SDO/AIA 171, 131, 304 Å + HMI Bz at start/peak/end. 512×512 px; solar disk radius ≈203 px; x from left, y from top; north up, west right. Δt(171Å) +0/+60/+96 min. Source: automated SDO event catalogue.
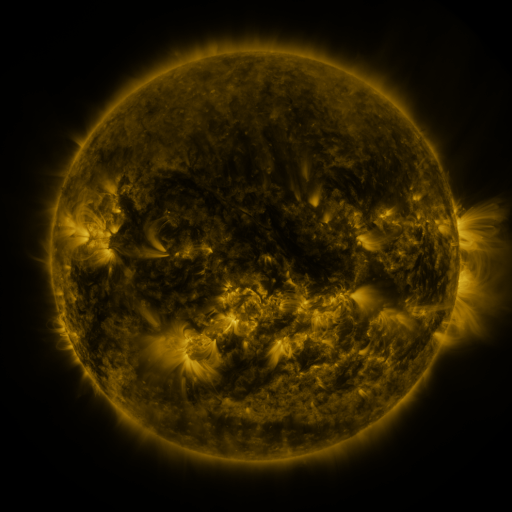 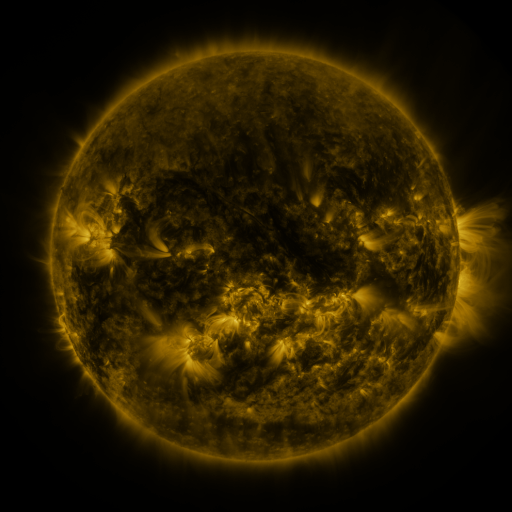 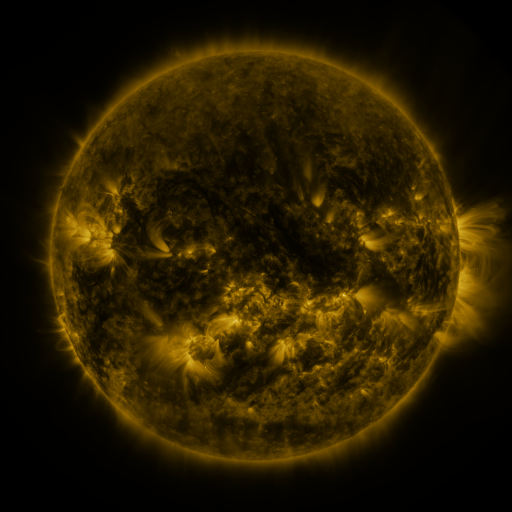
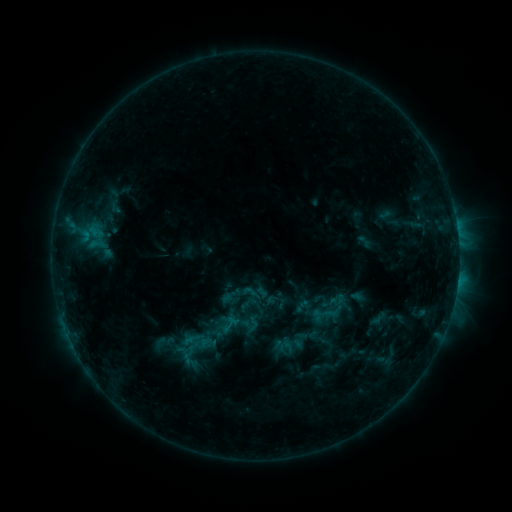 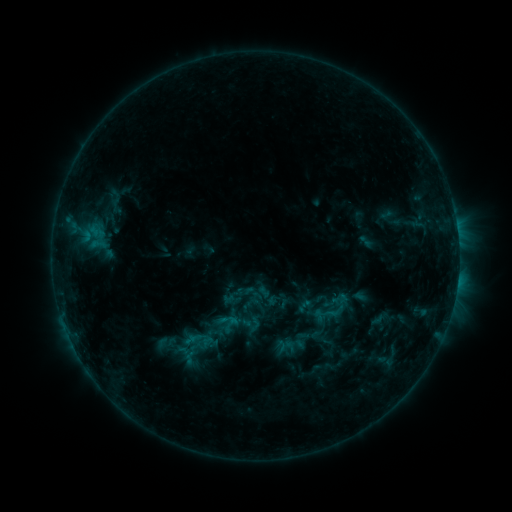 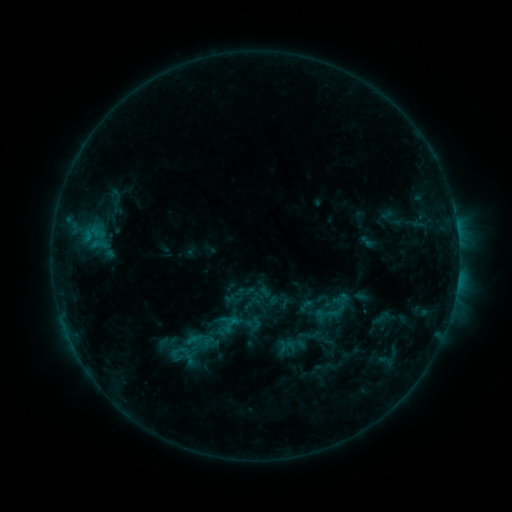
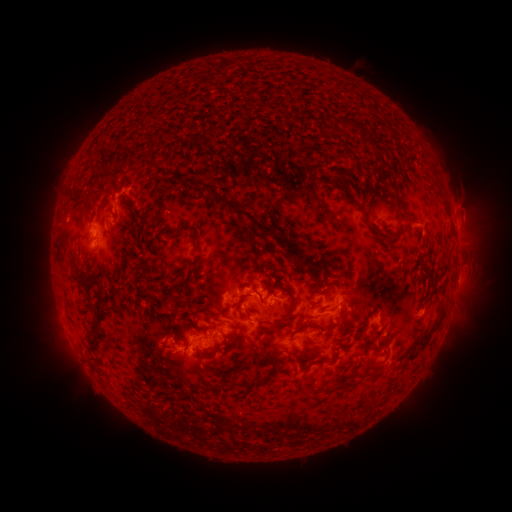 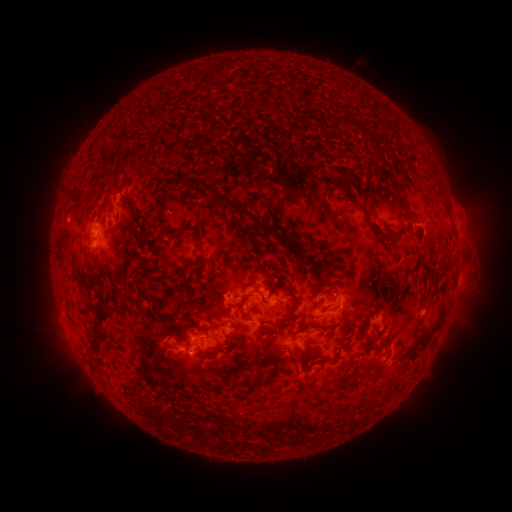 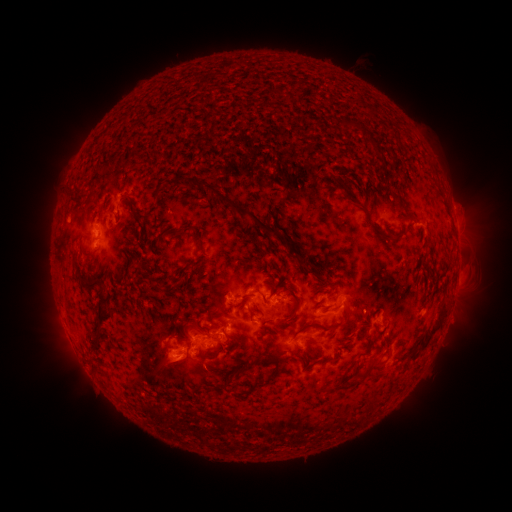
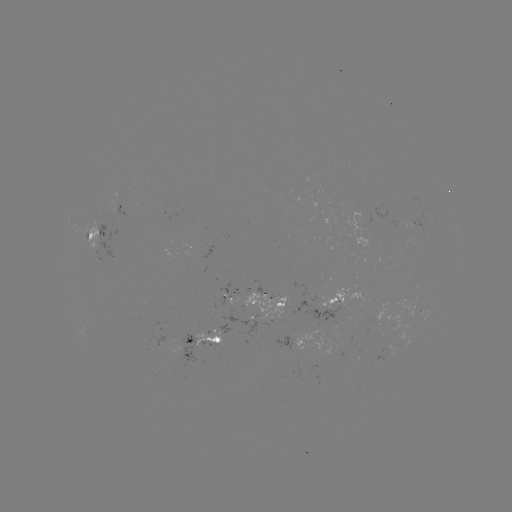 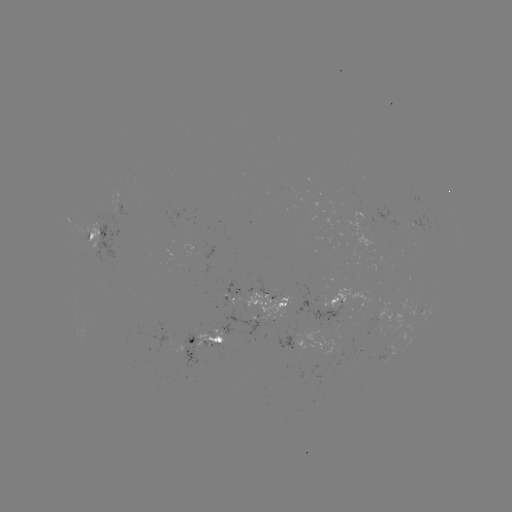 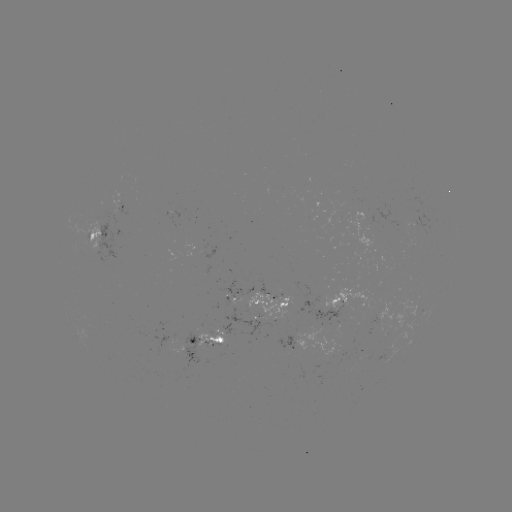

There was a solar emerging-flux region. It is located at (271, 311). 